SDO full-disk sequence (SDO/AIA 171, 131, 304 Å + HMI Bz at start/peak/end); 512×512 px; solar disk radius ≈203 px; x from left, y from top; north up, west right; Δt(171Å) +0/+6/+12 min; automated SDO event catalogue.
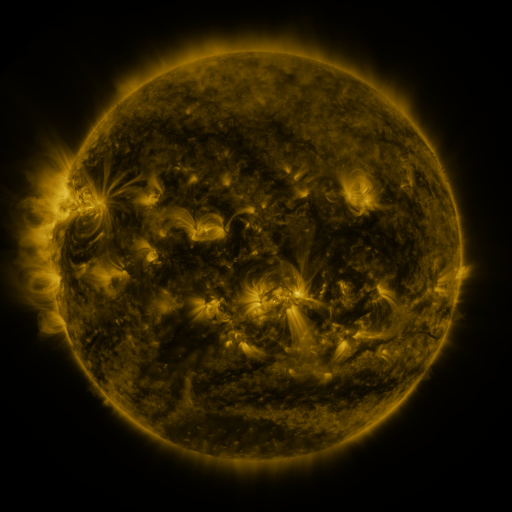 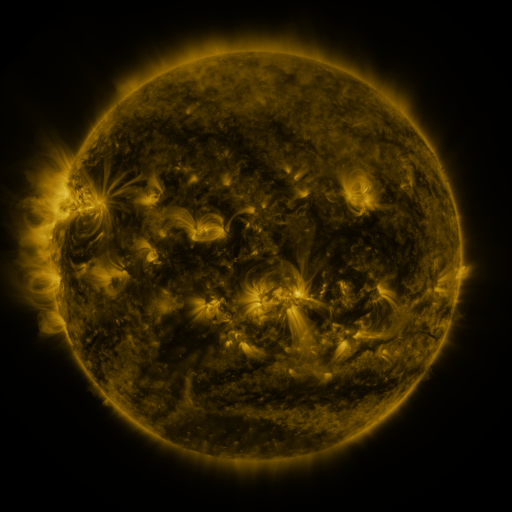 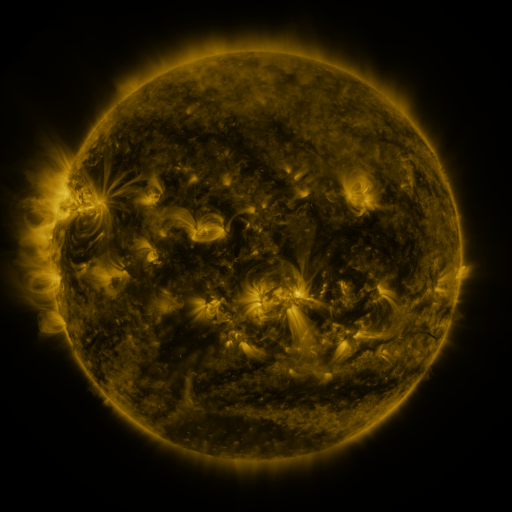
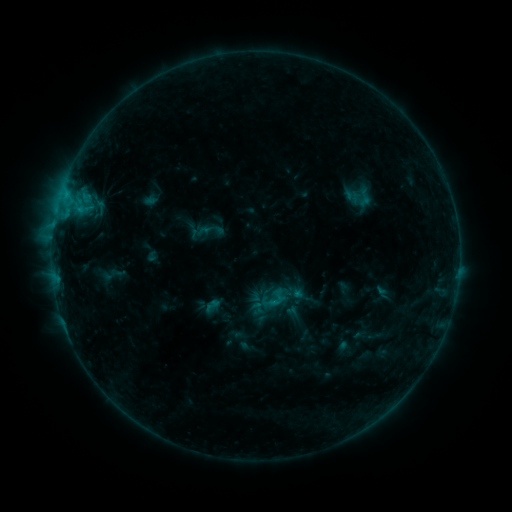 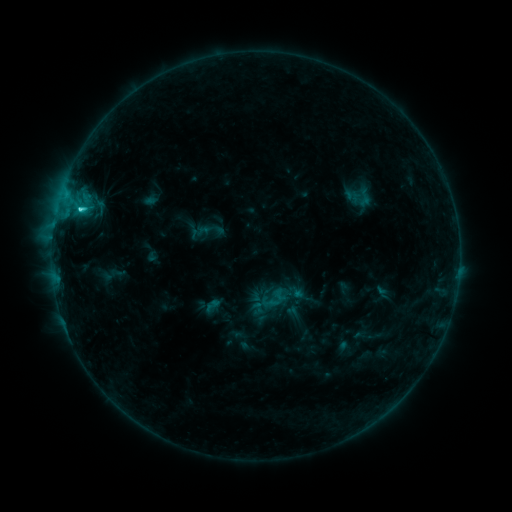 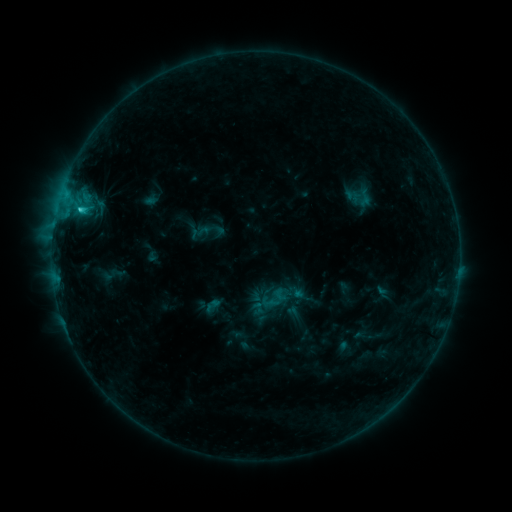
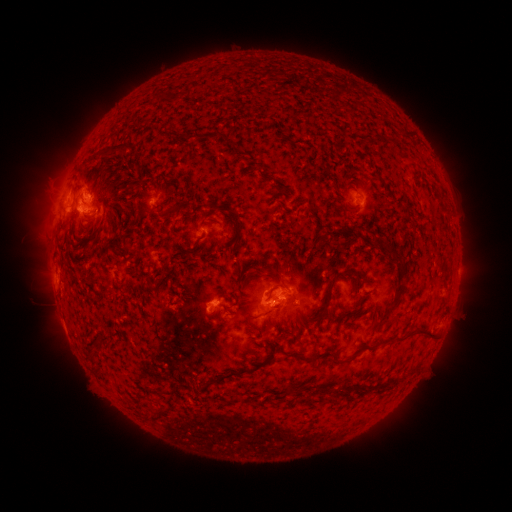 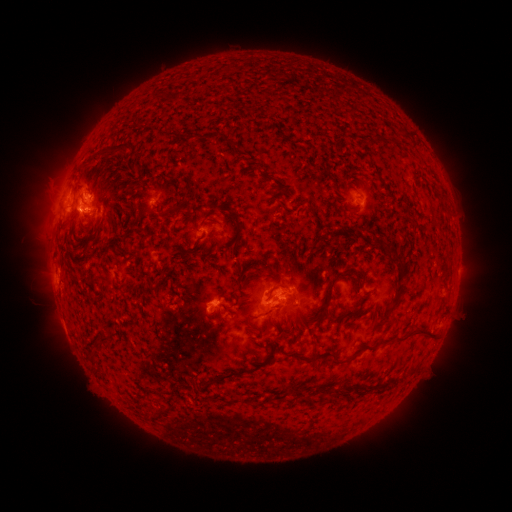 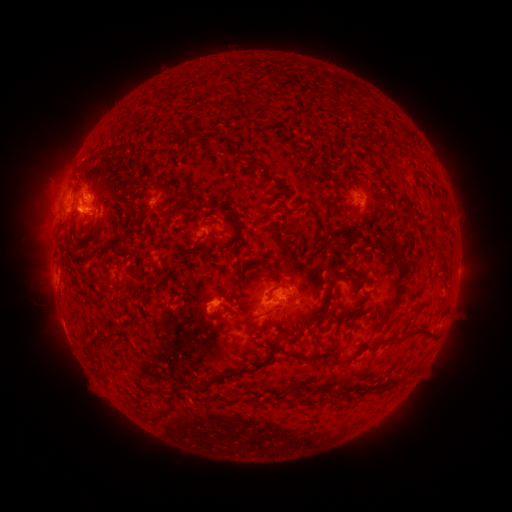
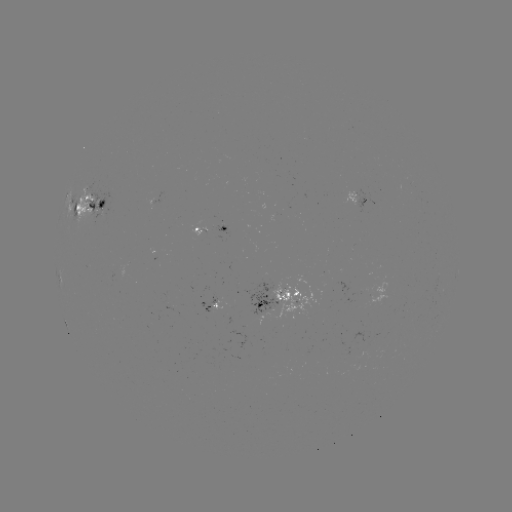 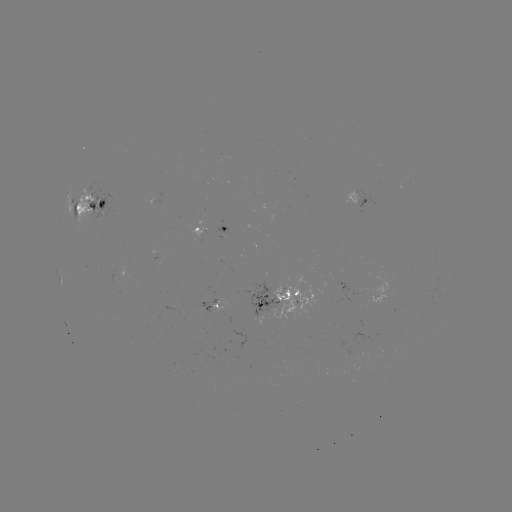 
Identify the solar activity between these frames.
C1.6 flare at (81, 211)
